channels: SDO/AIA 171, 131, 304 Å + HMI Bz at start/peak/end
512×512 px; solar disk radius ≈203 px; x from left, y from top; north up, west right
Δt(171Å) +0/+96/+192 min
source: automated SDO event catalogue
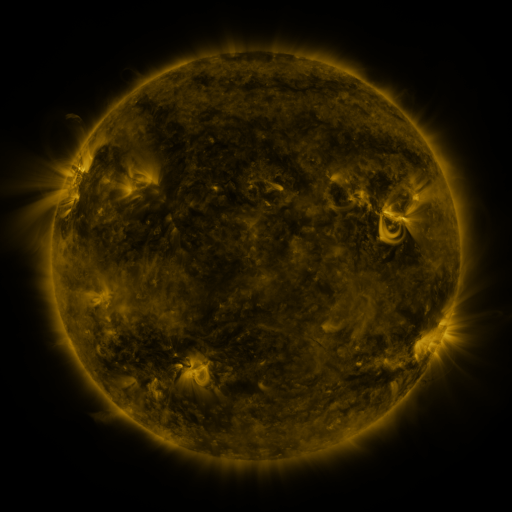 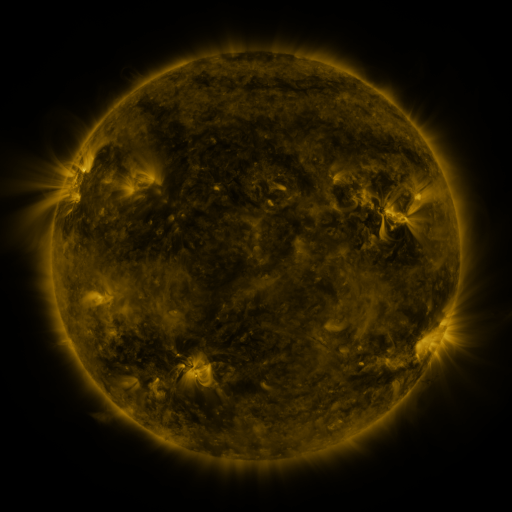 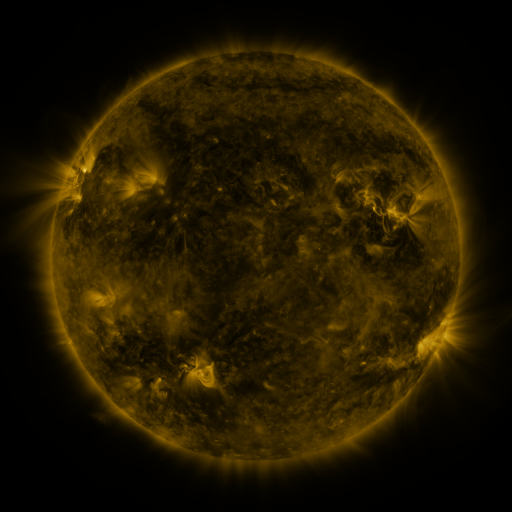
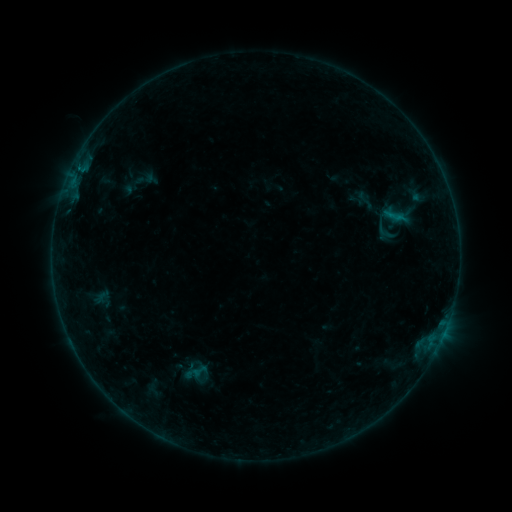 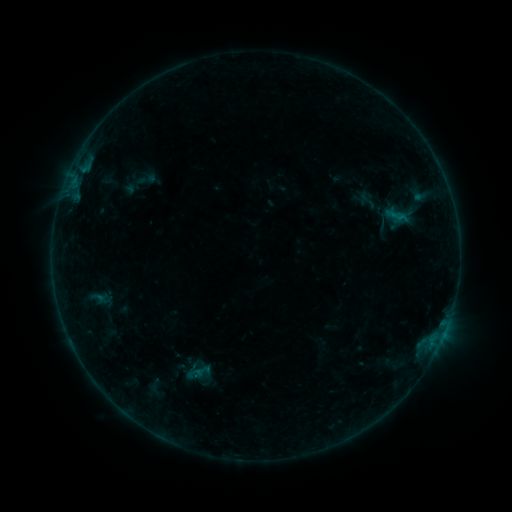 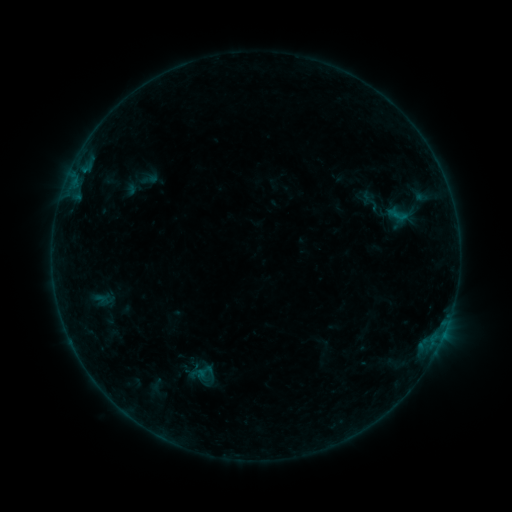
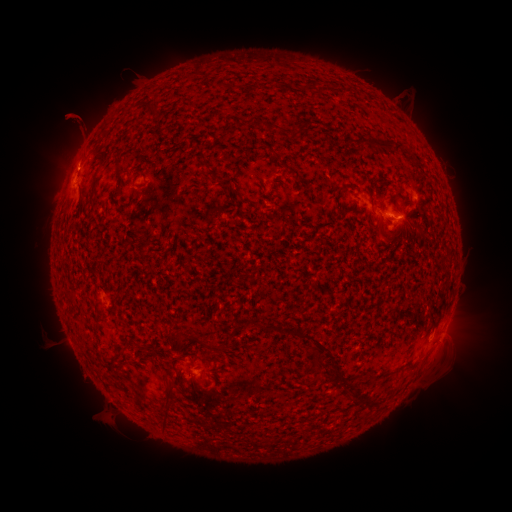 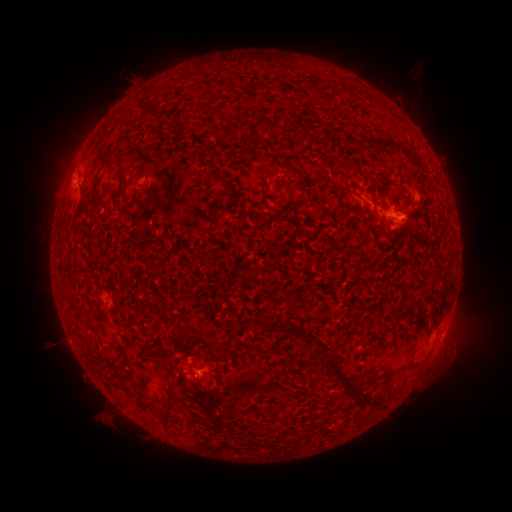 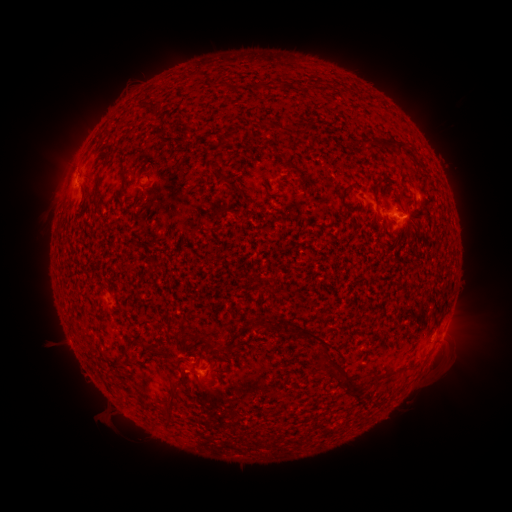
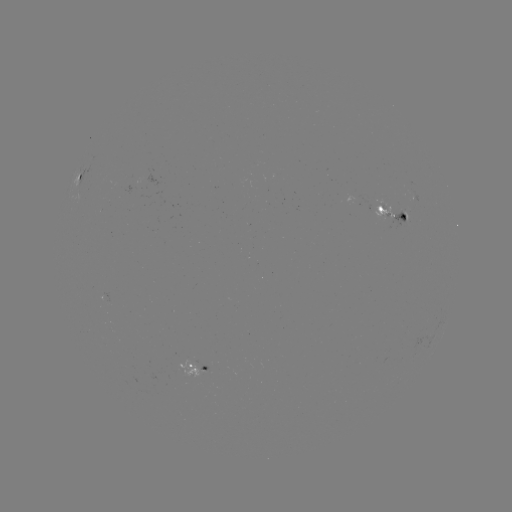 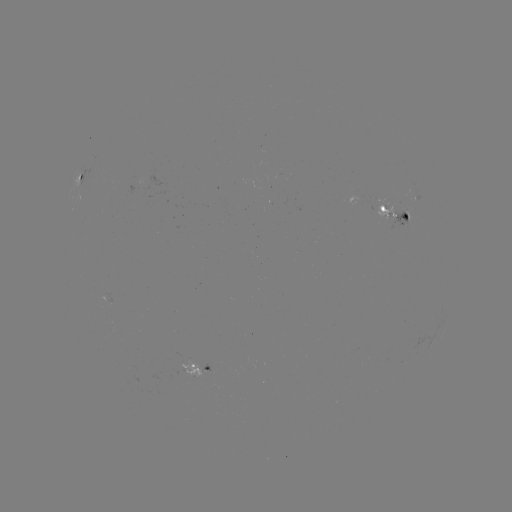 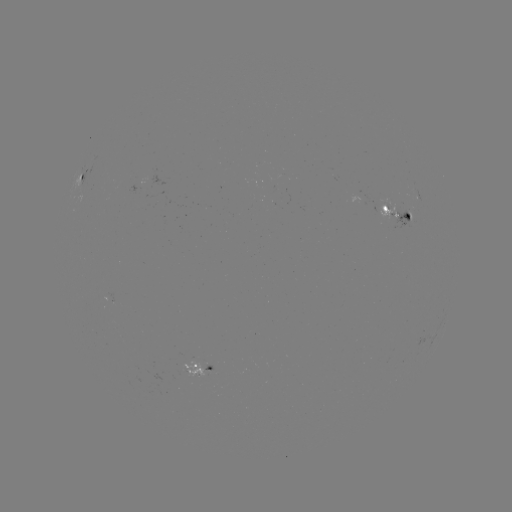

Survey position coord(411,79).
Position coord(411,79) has filament eruption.